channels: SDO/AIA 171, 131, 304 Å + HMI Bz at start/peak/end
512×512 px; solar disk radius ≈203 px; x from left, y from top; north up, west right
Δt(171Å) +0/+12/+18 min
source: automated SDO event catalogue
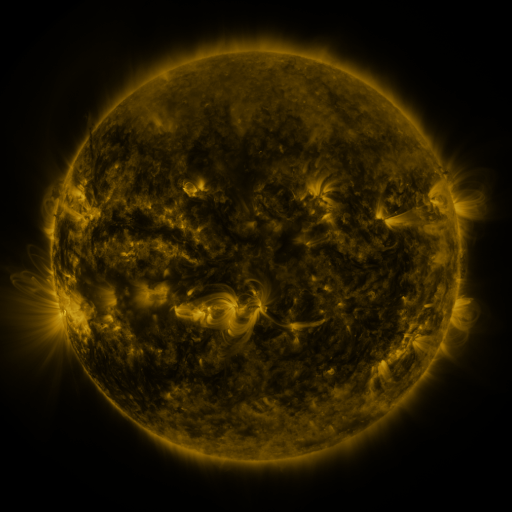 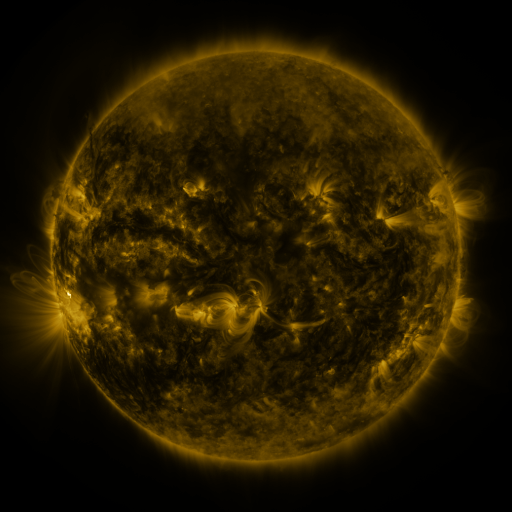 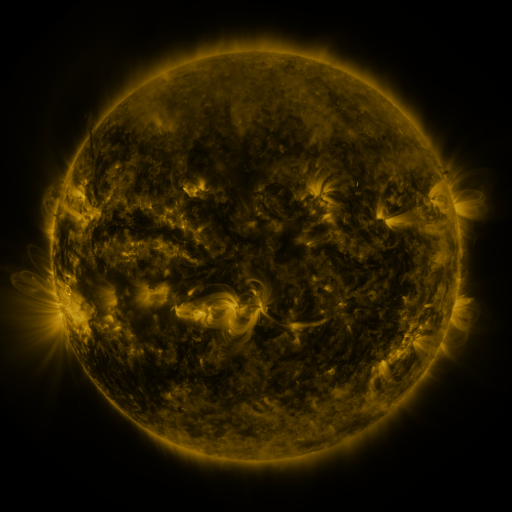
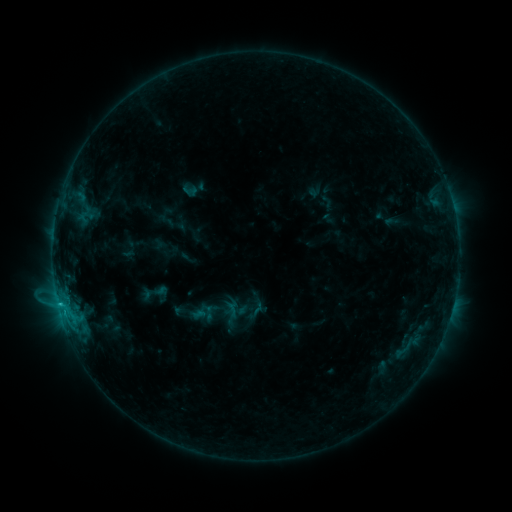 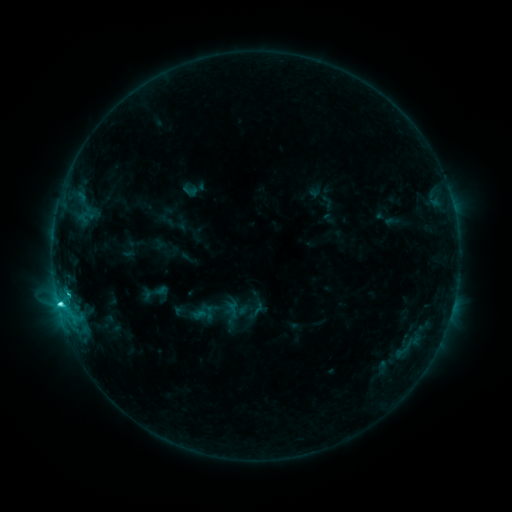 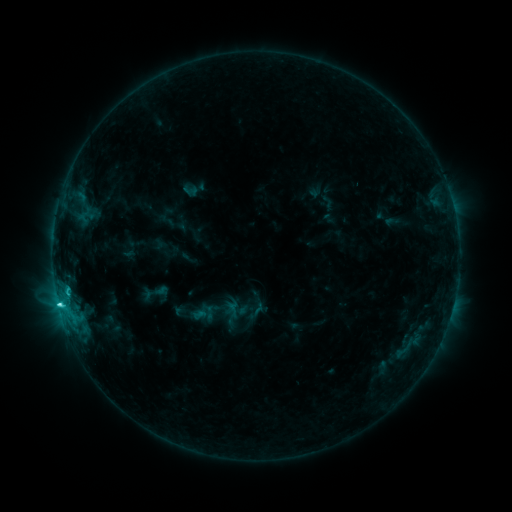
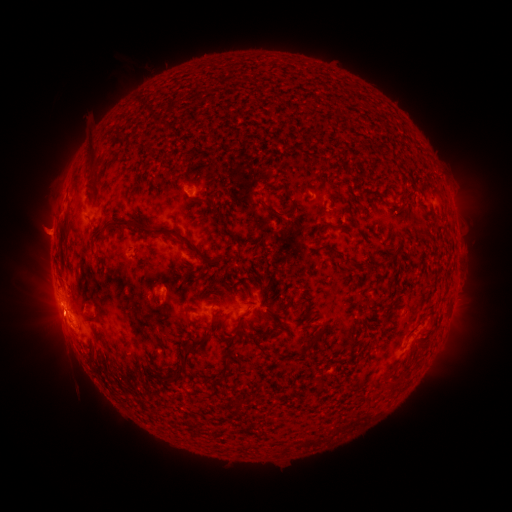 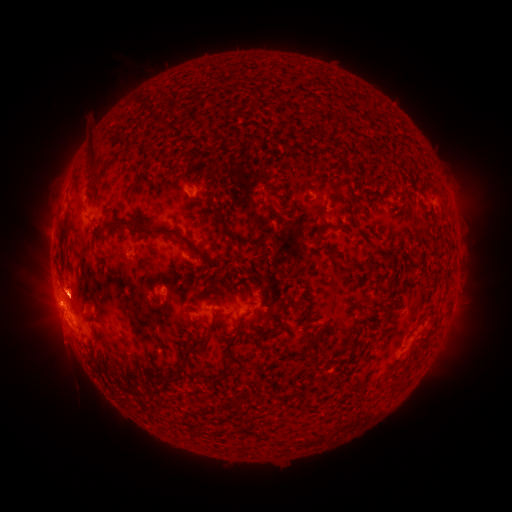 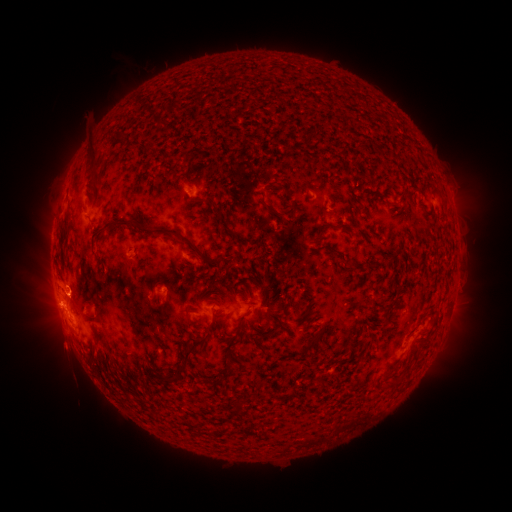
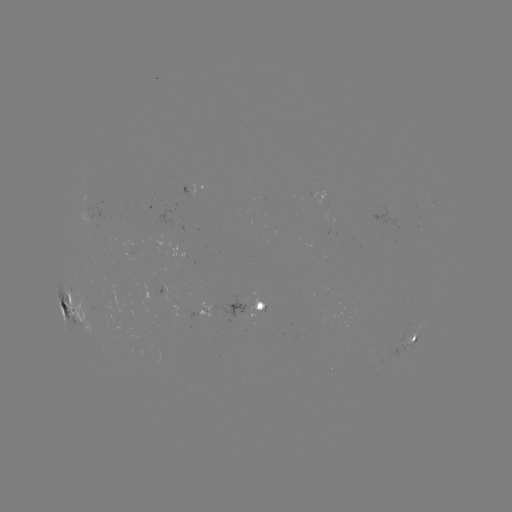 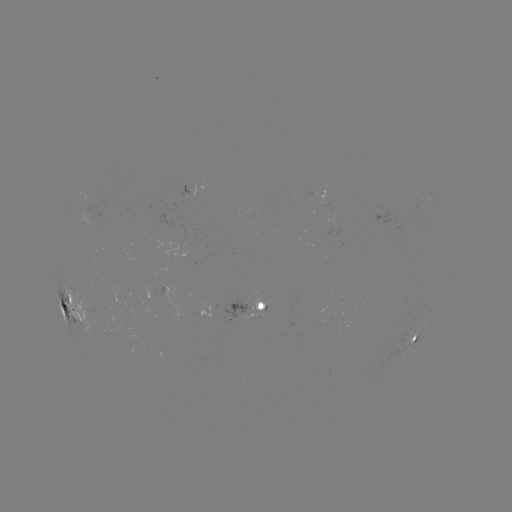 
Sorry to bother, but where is C5.0 flare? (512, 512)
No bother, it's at (60, 301).